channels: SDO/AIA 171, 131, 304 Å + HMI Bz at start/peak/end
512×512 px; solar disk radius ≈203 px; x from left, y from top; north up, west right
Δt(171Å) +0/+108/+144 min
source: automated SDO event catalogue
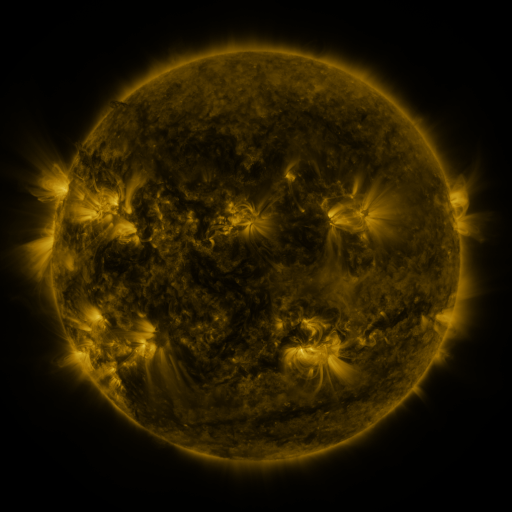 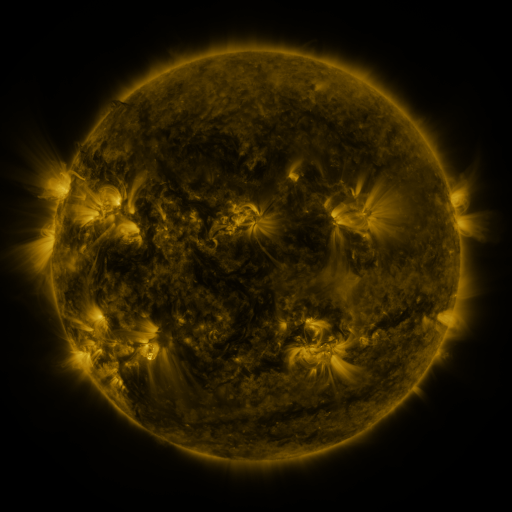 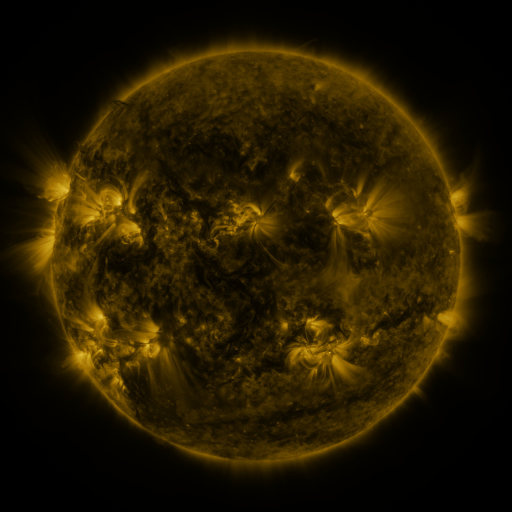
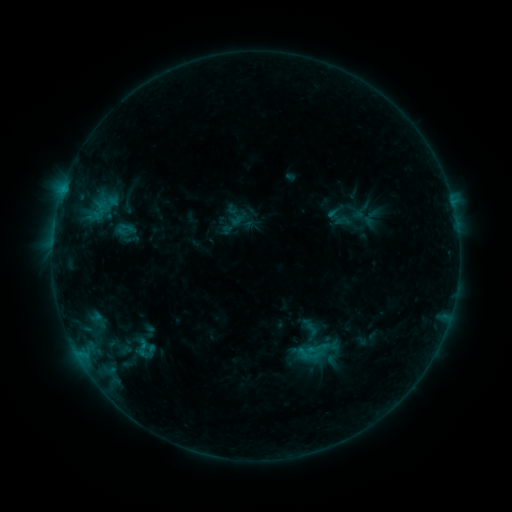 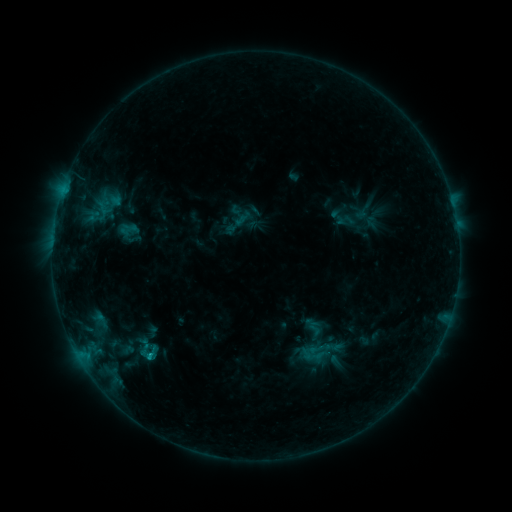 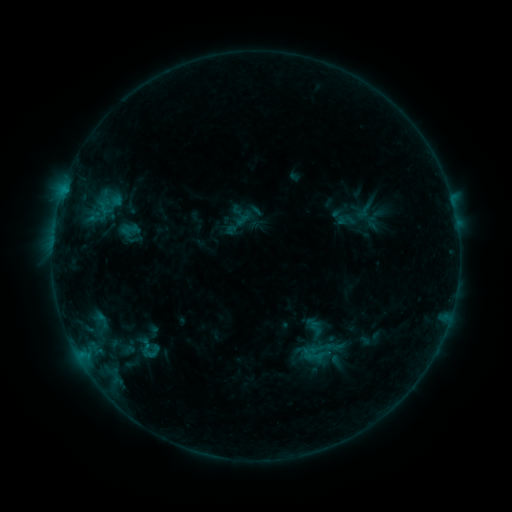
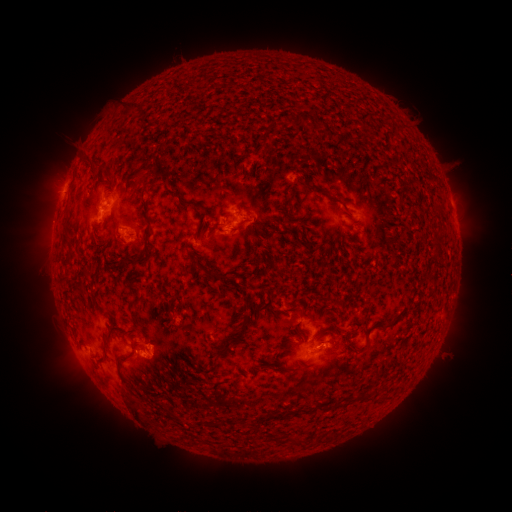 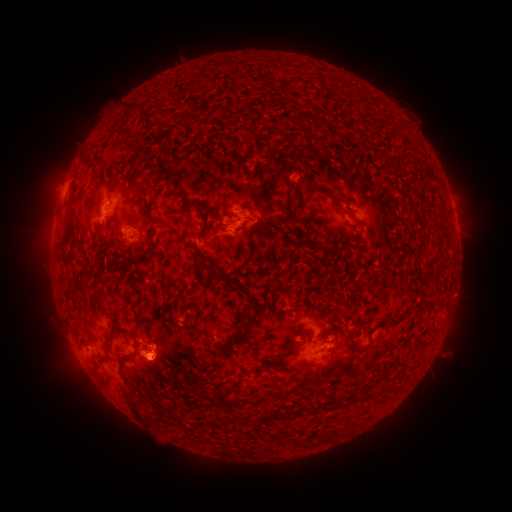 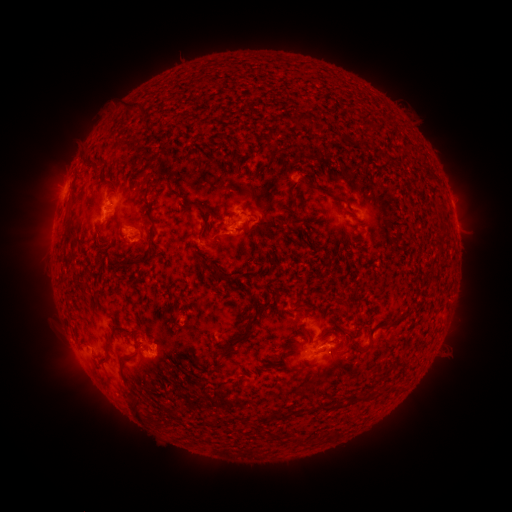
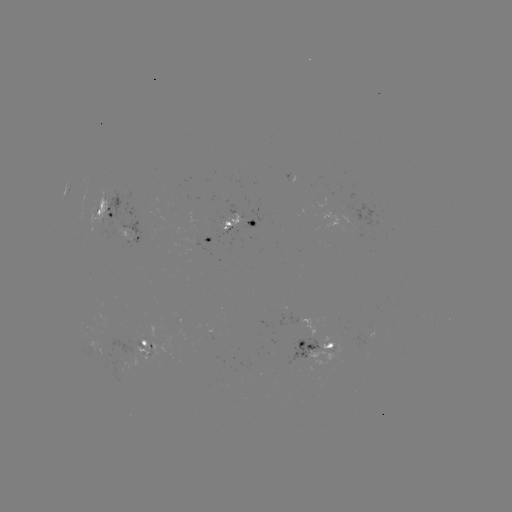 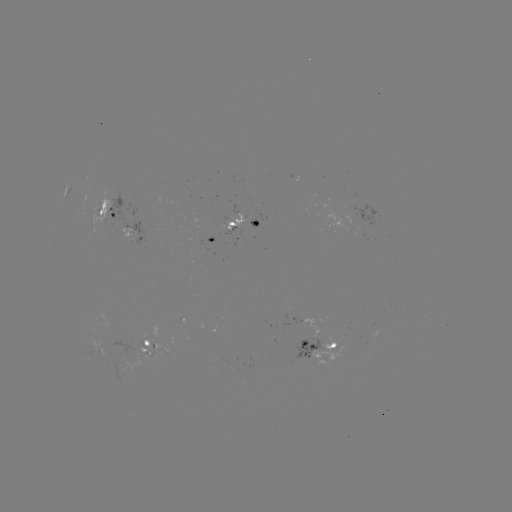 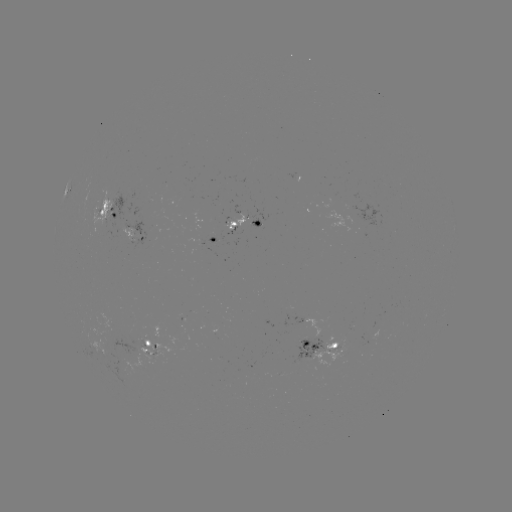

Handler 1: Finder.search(emerging-flux region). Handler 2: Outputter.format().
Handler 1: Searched emerging-flux region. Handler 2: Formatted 324,351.